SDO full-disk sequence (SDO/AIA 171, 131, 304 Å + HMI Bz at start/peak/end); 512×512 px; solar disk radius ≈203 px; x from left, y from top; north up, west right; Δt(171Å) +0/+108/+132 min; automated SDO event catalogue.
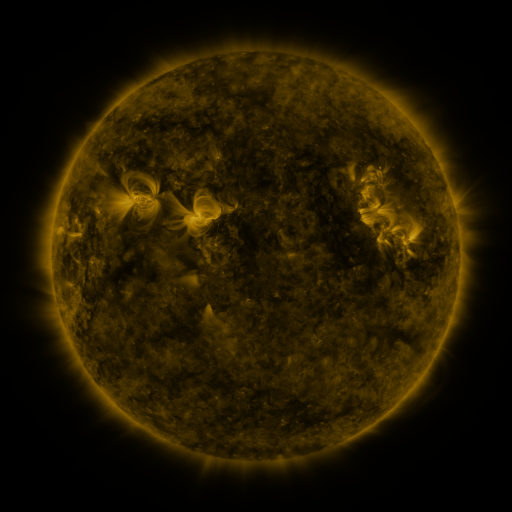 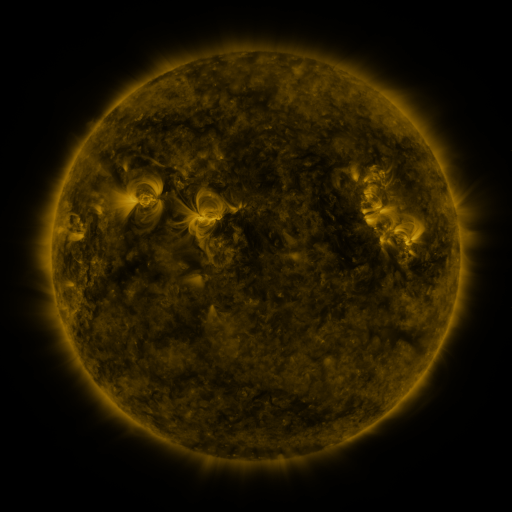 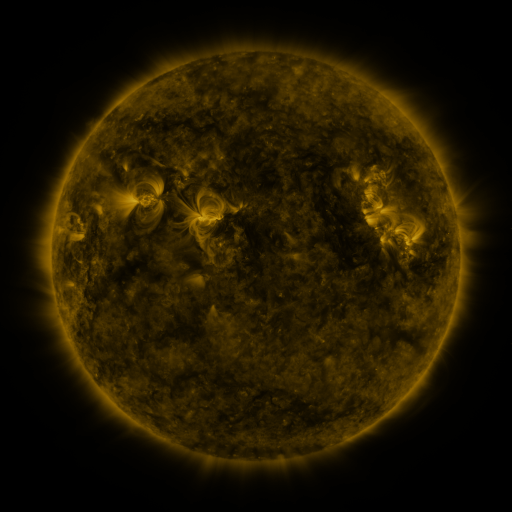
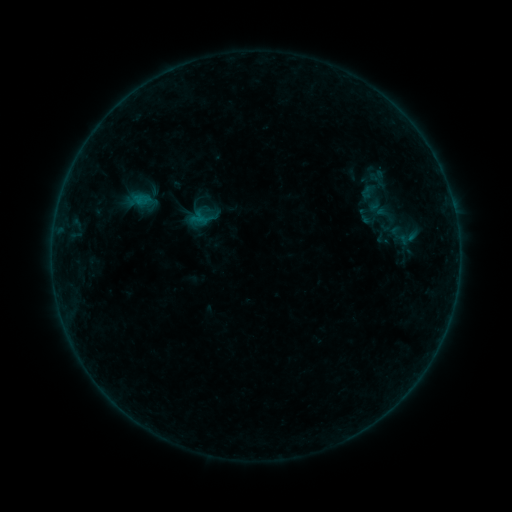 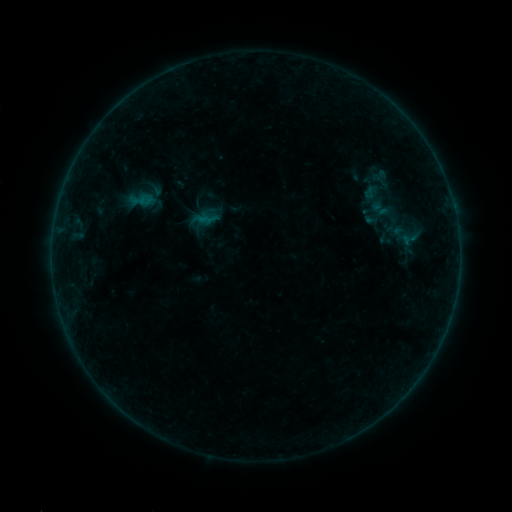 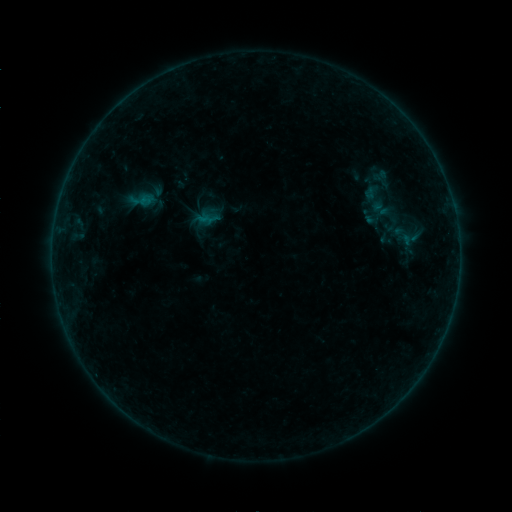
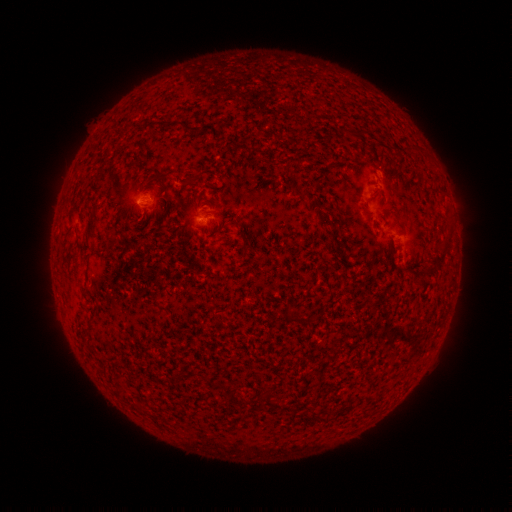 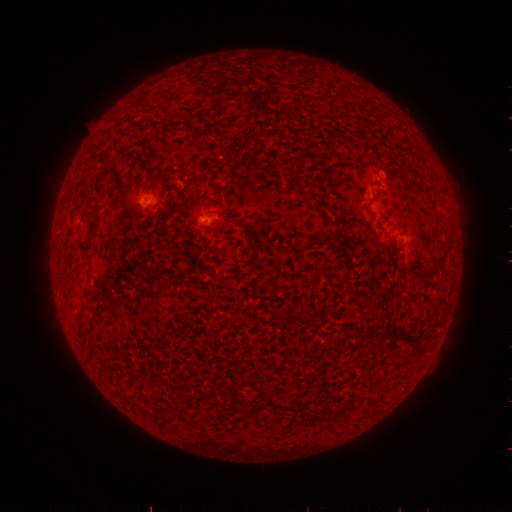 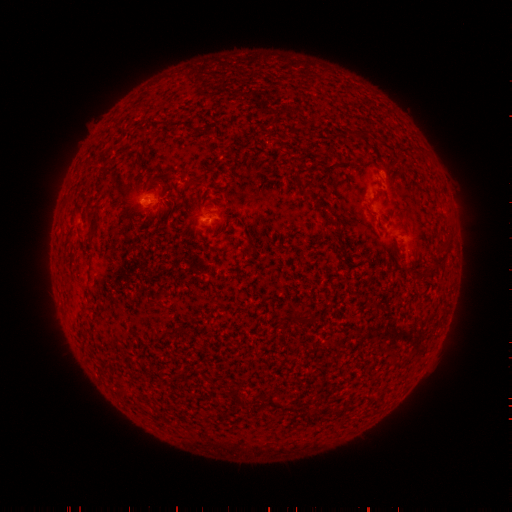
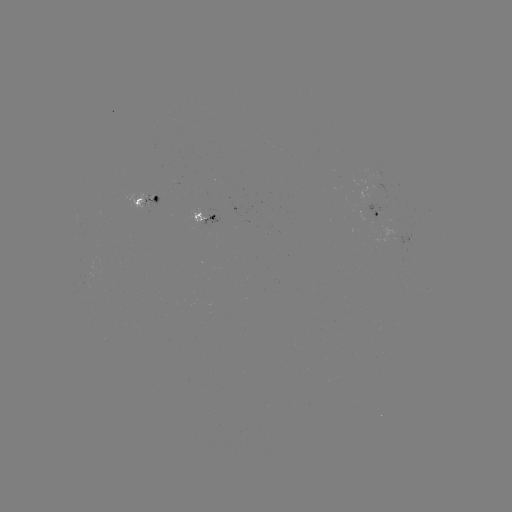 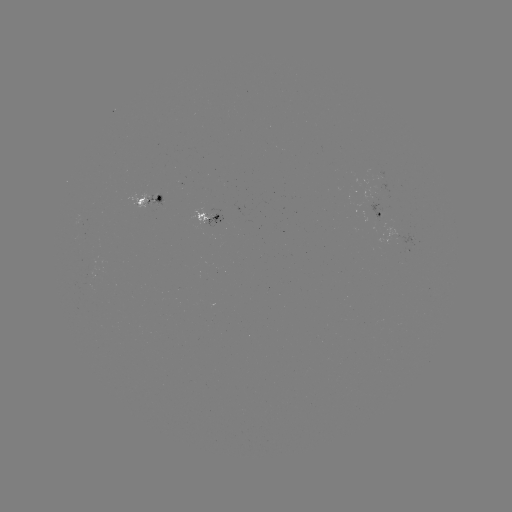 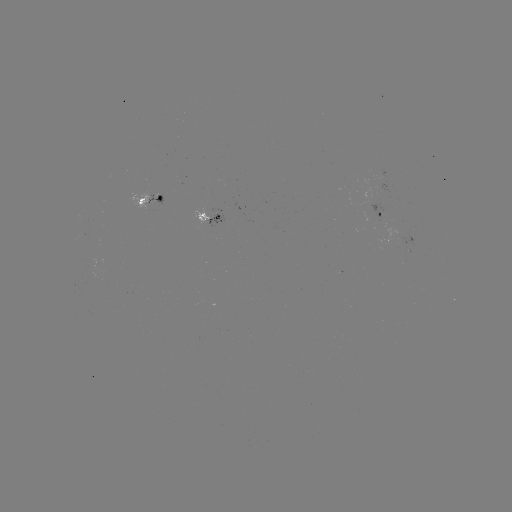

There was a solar emerging-flux region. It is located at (156, 198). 